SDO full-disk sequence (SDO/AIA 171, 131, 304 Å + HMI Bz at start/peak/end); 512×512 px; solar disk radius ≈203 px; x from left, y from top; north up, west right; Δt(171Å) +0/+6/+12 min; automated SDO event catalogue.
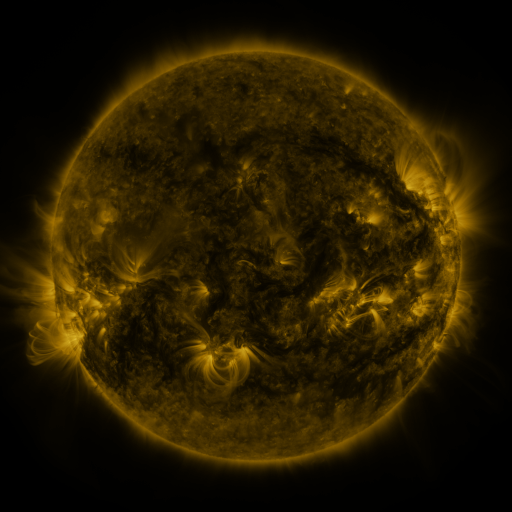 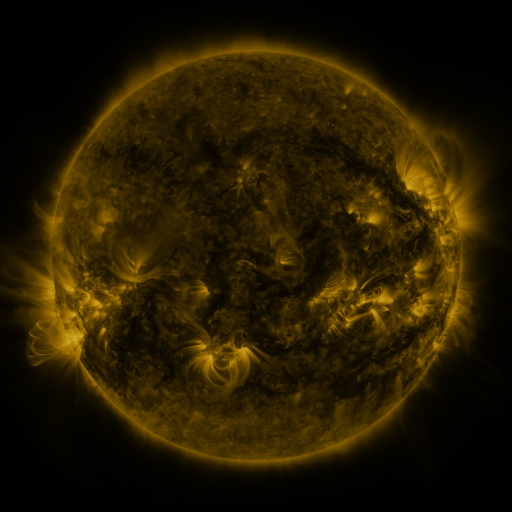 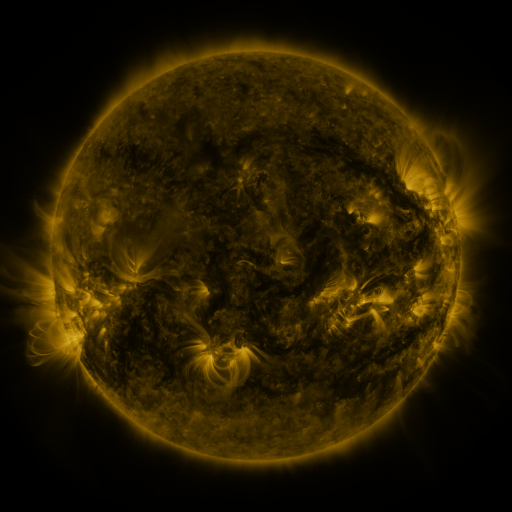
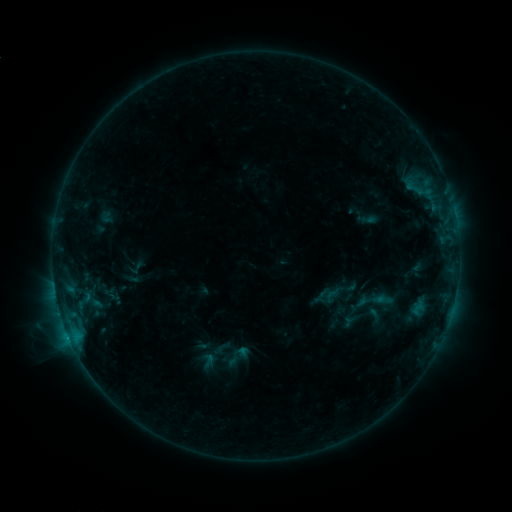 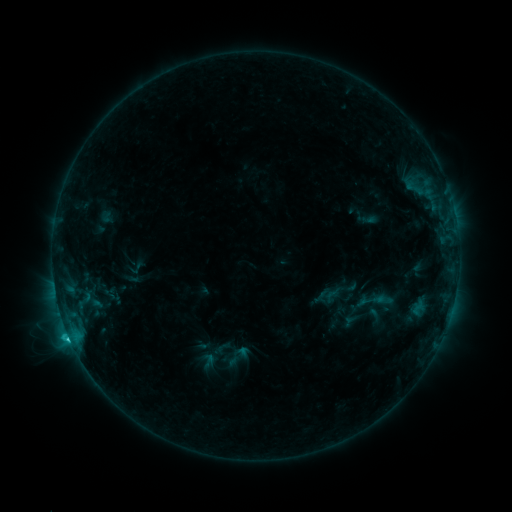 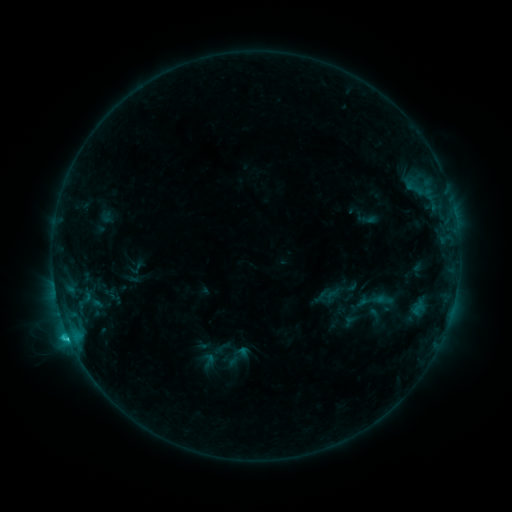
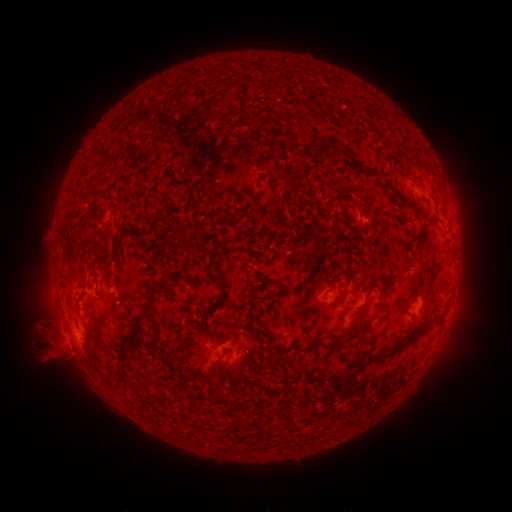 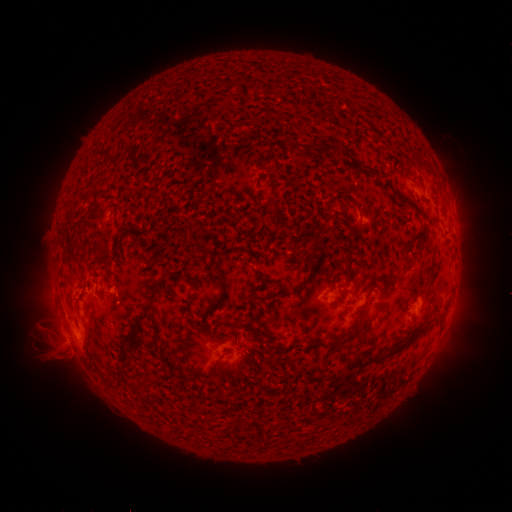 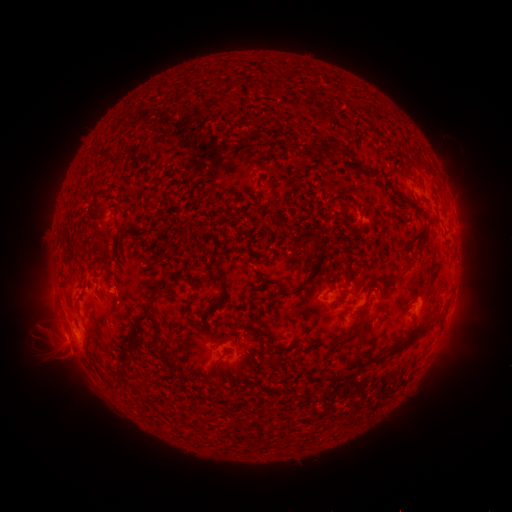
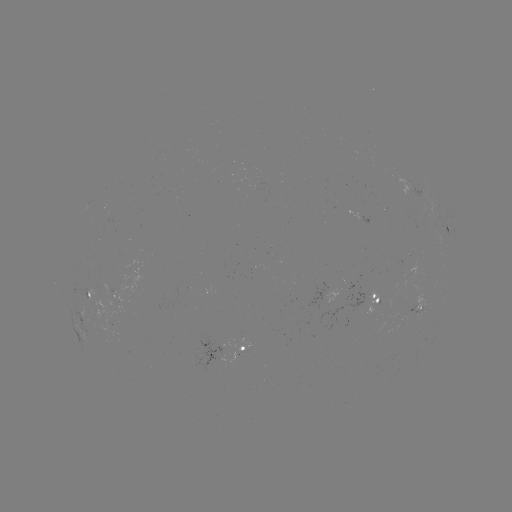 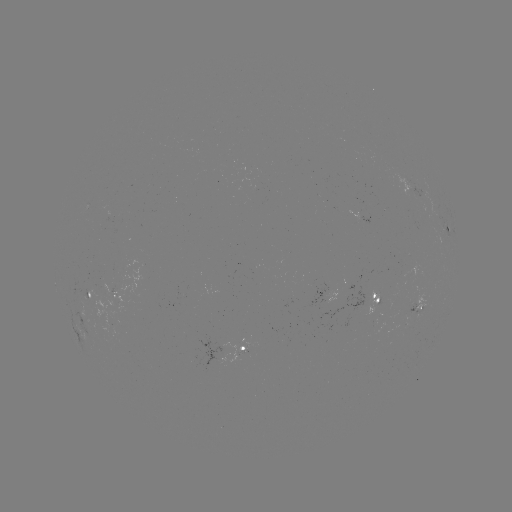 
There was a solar flare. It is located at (70, 337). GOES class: C2.2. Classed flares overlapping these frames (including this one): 1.